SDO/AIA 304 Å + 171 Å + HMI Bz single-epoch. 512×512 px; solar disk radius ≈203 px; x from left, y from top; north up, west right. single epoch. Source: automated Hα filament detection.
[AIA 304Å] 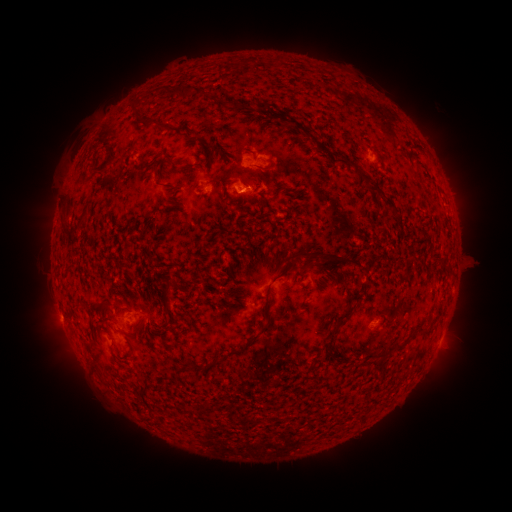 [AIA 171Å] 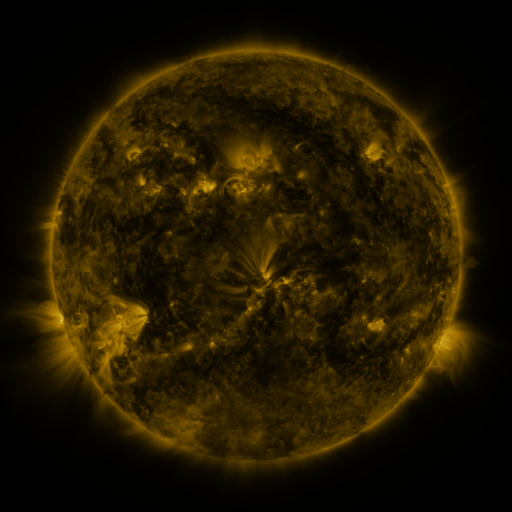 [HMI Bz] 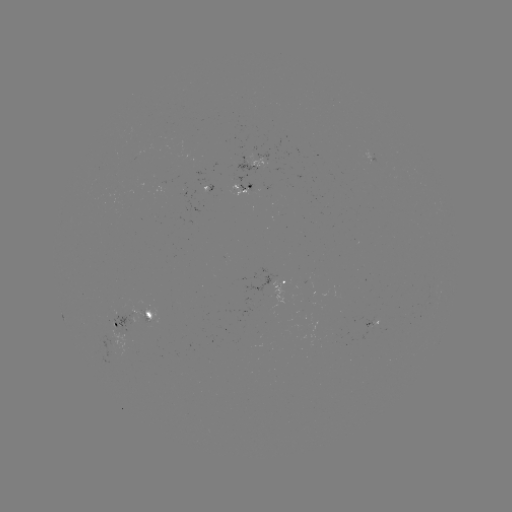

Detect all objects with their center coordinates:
filament: (183, 90)
filament: (262, 106)
filament: (134, 108)
filament: (282, 115)
filament: (150, 121)
filament: (344, 161)
filament: (107, 163)
filament: (267, 169)
filament: (359, 173)
filament: (276, 194)
filament: (381, 197)
filament: (325, 255)
filament: (316, 260)
filament: (166, 296)
filament: (268, 296)
filament: (356, 297)
filament: (107, 305)
filament: (116, 311)
filament: (345, 316)
filament: (266, 327)
filament: (253, 338)
filament: (332, 340)
filament: (132, 346)
filament: (395, 347)
filament: (238, 351)
filament: (379, 355)
filament: (118, 363)
filament: (214, 363)
